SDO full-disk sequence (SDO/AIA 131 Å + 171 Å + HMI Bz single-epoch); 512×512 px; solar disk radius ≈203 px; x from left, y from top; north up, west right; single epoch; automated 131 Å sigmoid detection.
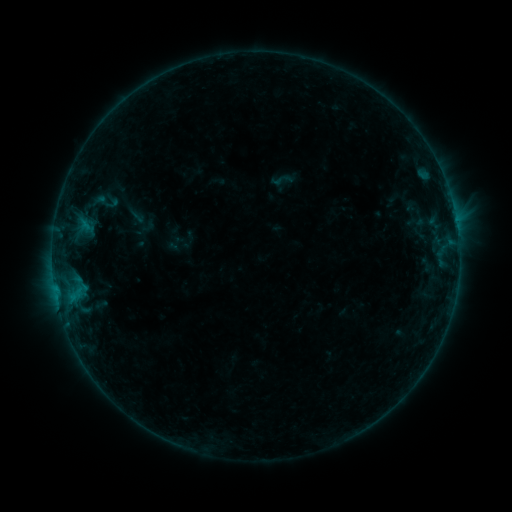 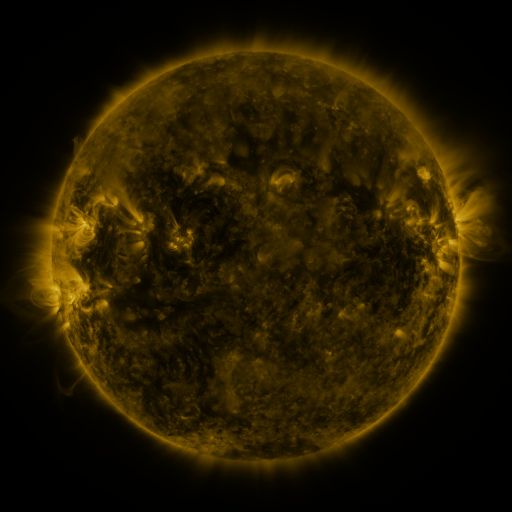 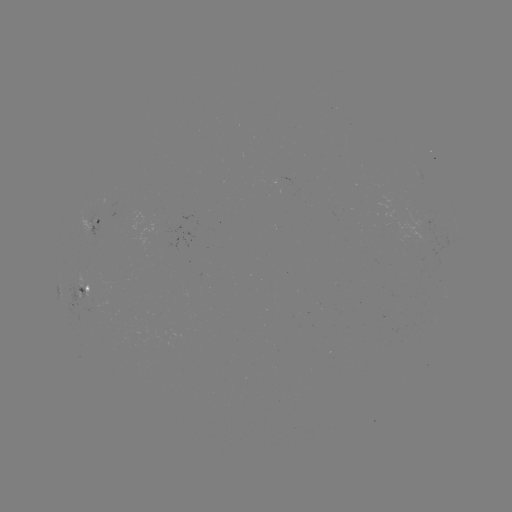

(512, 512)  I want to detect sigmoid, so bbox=[269, 169, 295, 191].